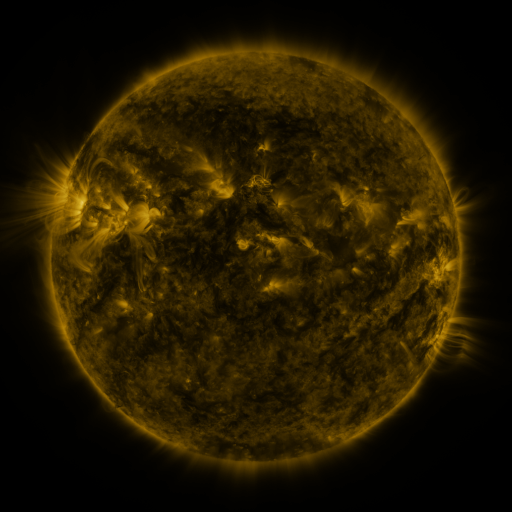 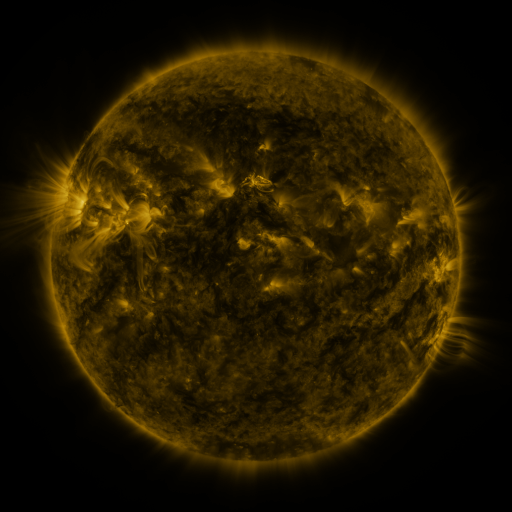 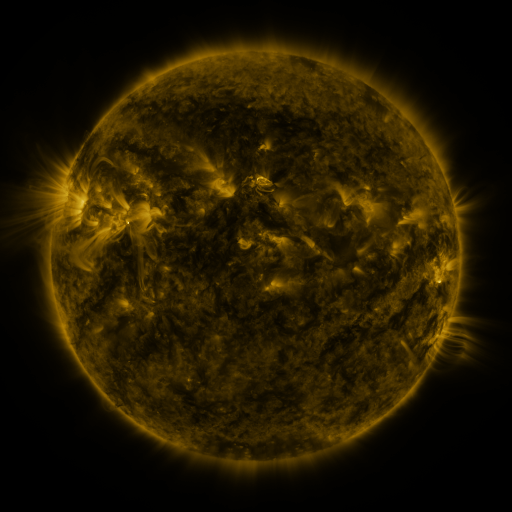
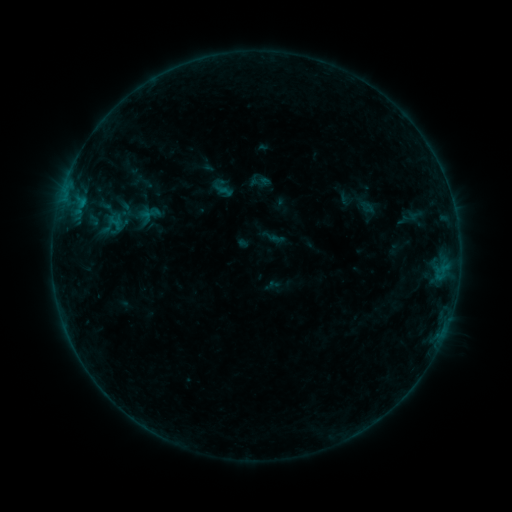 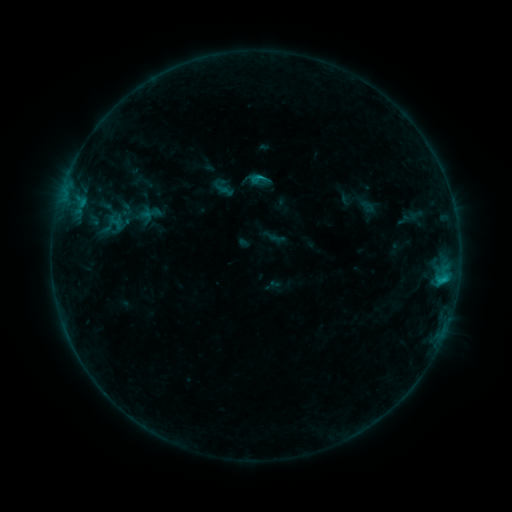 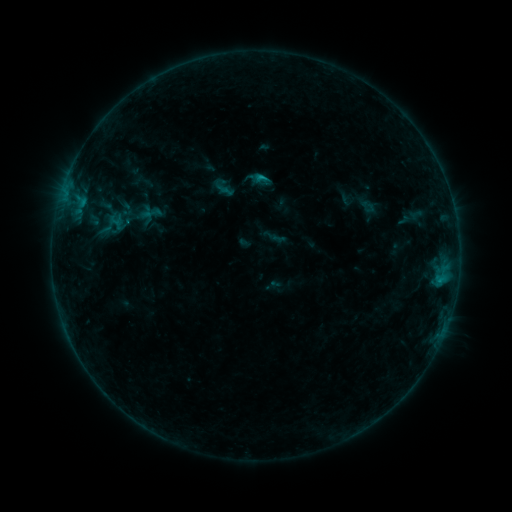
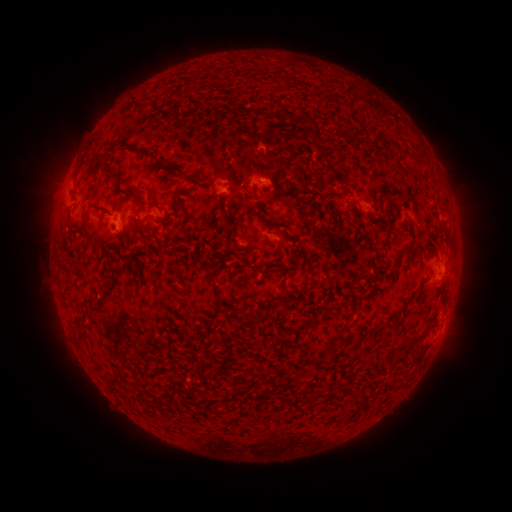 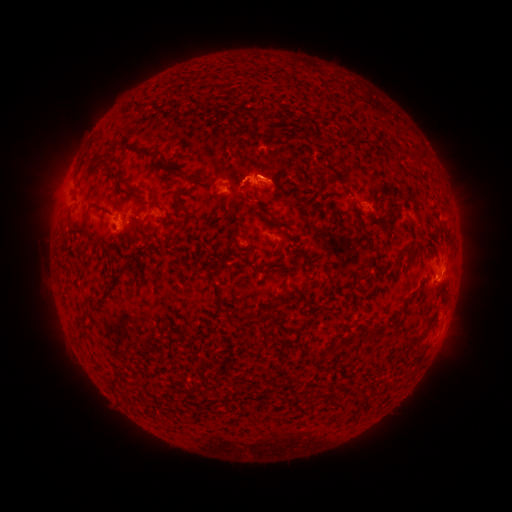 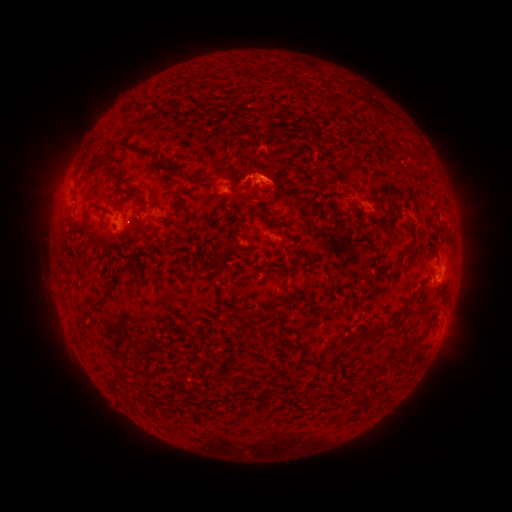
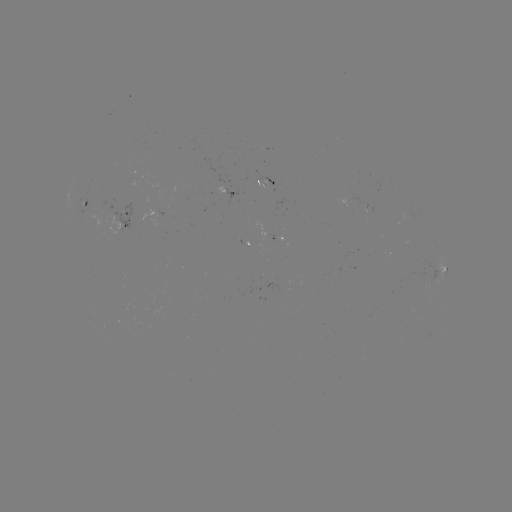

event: flare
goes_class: C1.1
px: (441, 277)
